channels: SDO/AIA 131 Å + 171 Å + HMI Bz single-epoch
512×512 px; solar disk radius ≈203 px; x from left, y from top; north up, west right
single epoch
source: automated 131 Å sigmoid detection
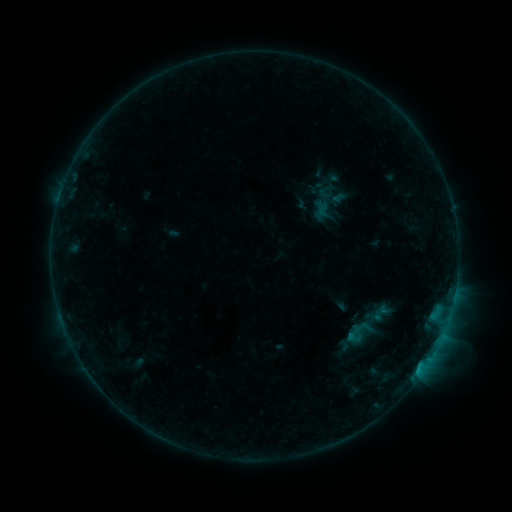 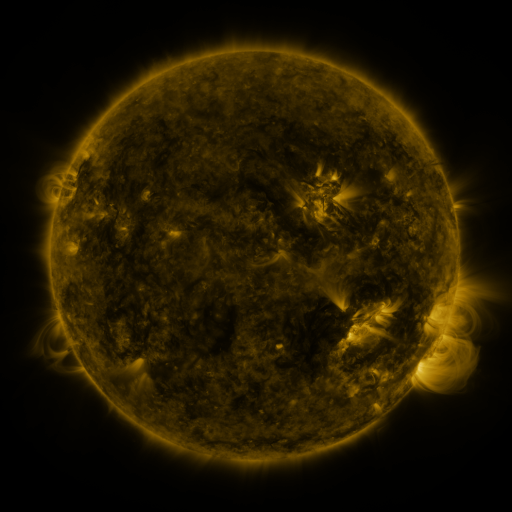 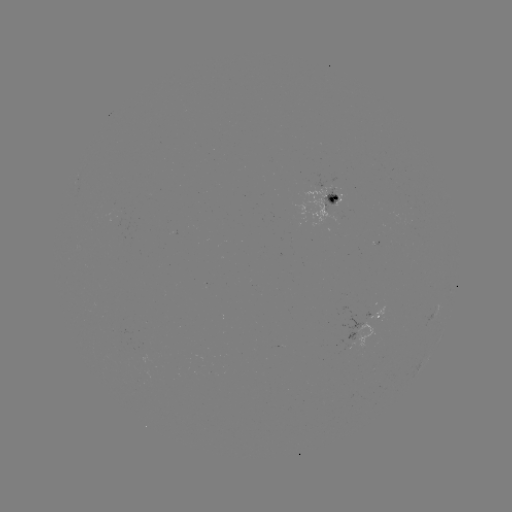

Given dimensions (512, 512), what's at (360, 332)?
sigmoid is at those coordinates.